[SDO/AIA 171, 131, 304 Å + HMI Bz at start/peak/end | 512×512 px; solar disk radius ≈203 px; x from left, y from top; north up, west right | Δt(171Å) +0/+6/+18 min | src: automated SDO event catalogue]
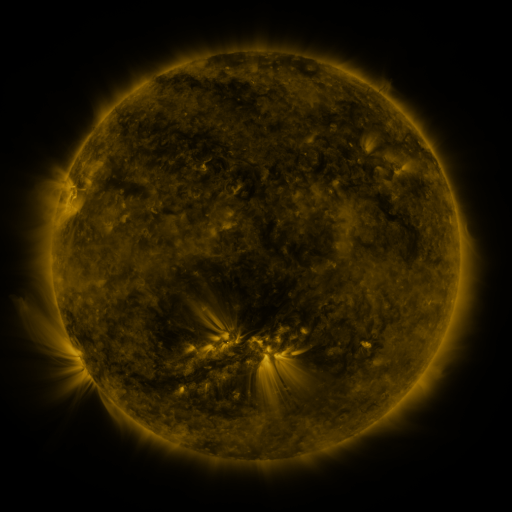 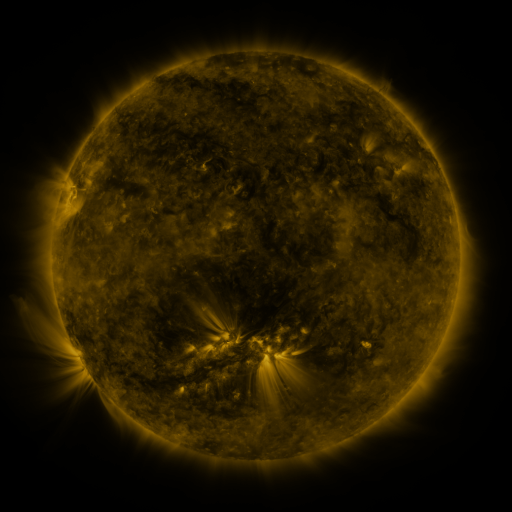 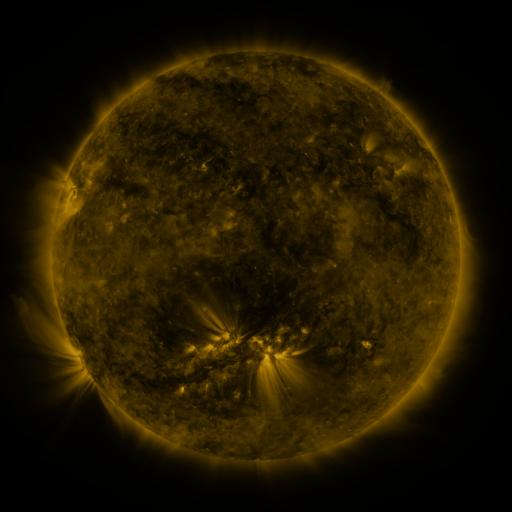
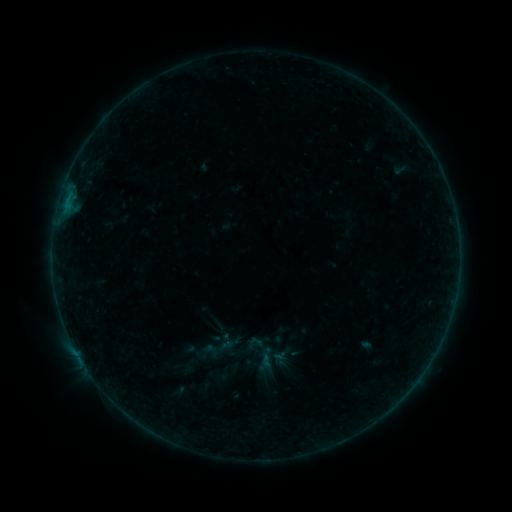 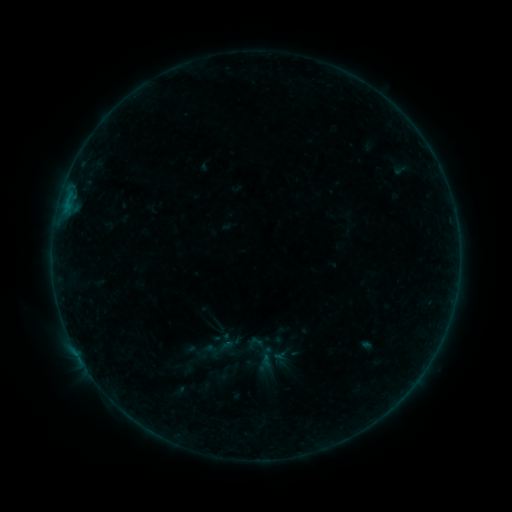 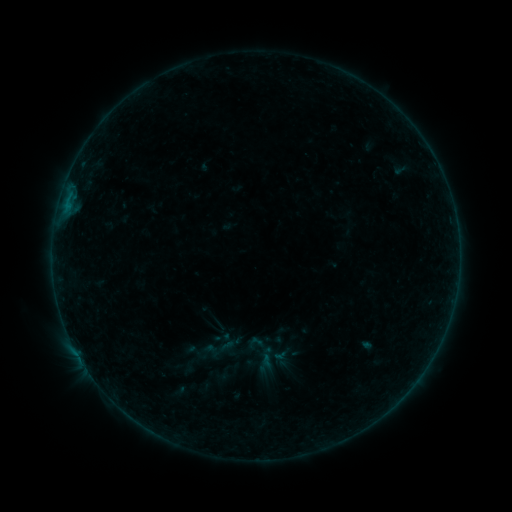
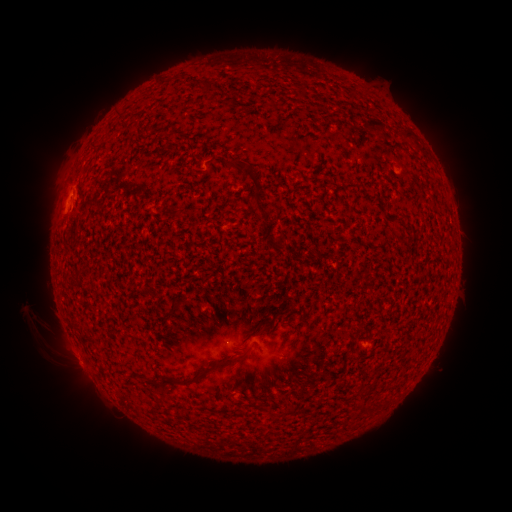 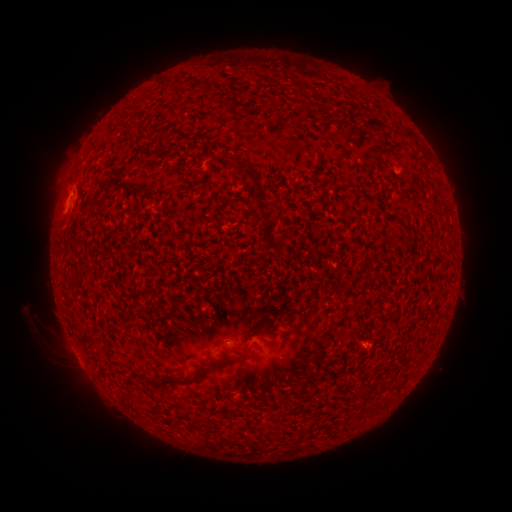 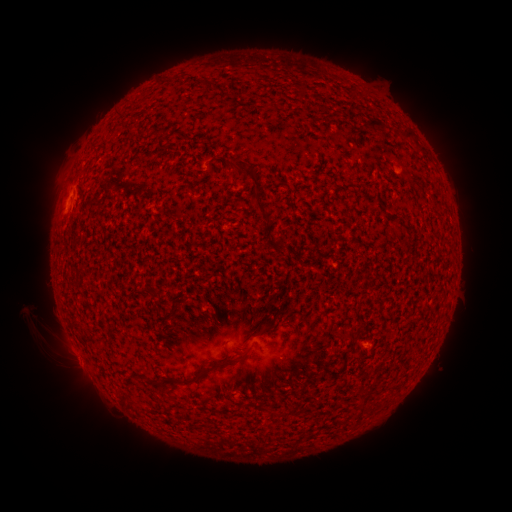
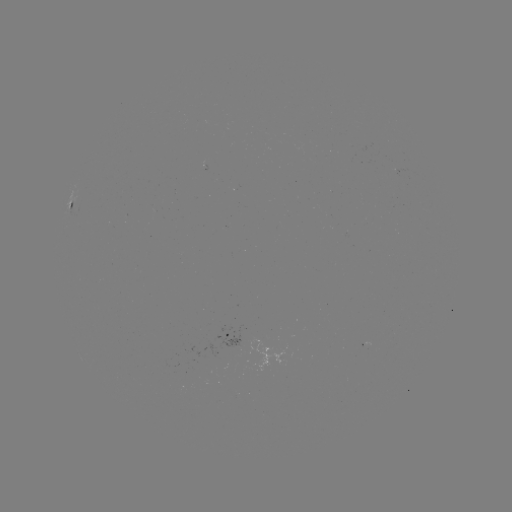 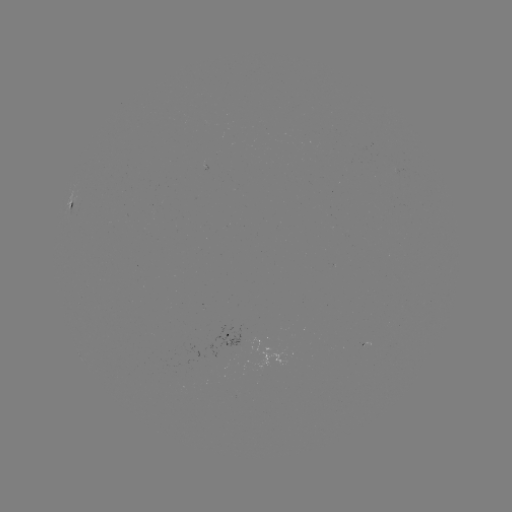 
no catalogued flare and no flagged EUV brightening in this window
